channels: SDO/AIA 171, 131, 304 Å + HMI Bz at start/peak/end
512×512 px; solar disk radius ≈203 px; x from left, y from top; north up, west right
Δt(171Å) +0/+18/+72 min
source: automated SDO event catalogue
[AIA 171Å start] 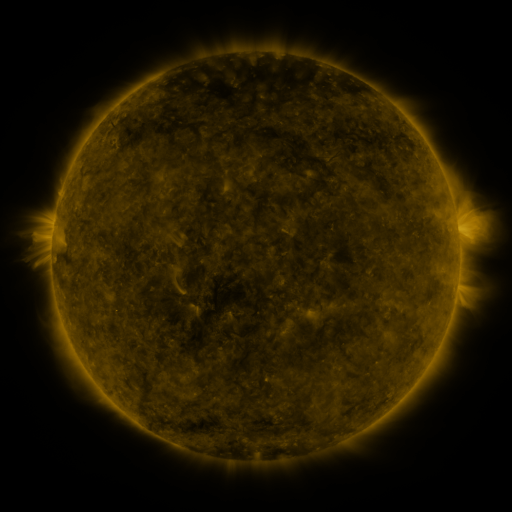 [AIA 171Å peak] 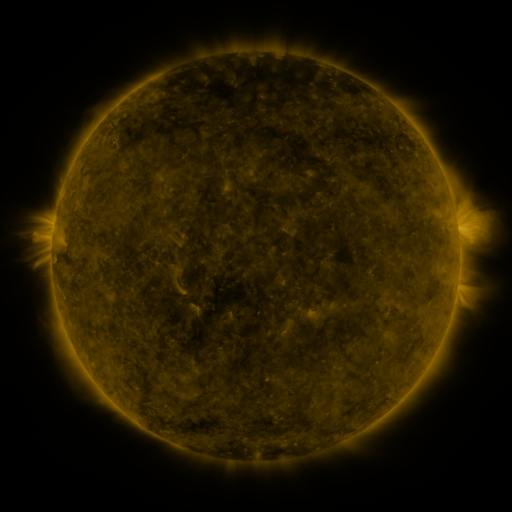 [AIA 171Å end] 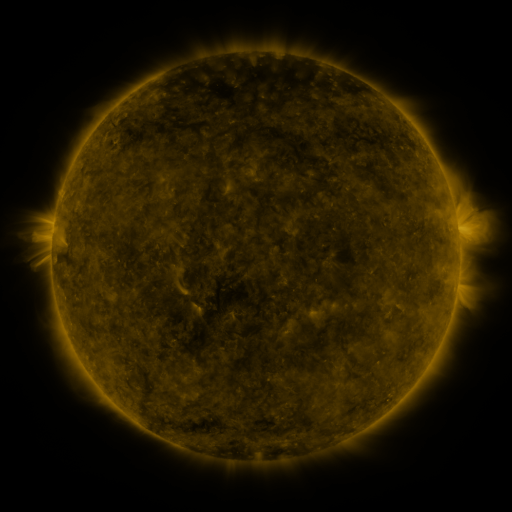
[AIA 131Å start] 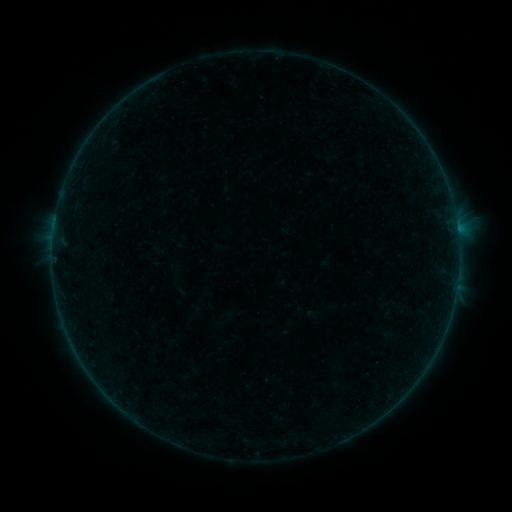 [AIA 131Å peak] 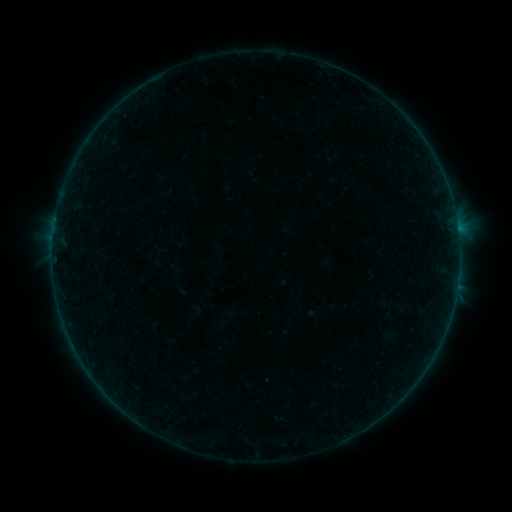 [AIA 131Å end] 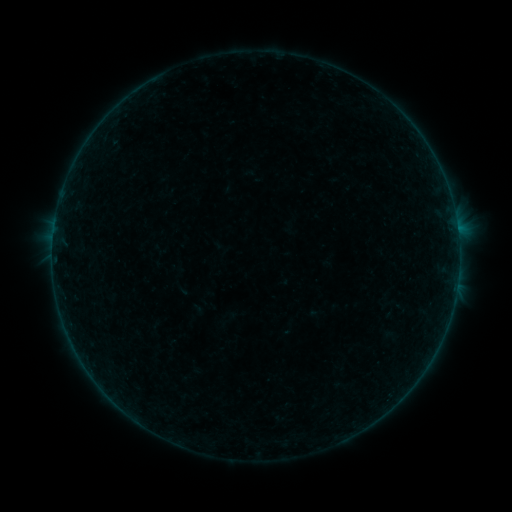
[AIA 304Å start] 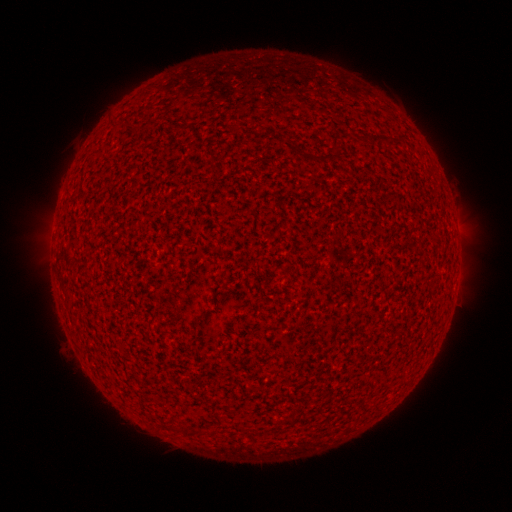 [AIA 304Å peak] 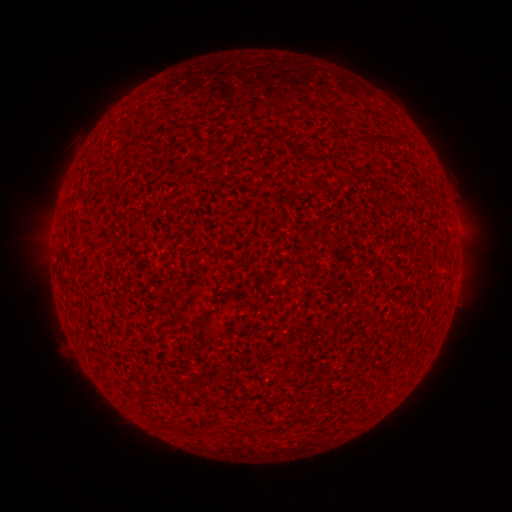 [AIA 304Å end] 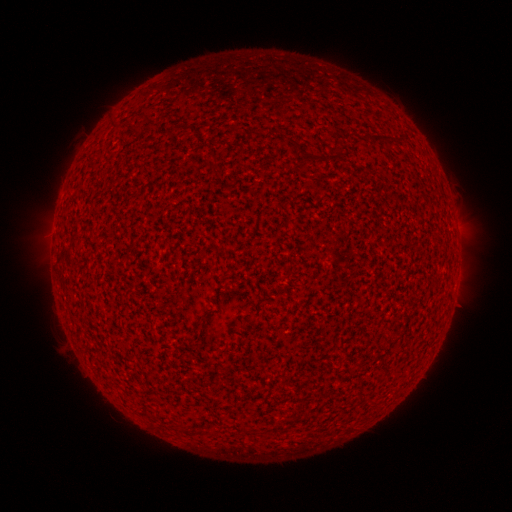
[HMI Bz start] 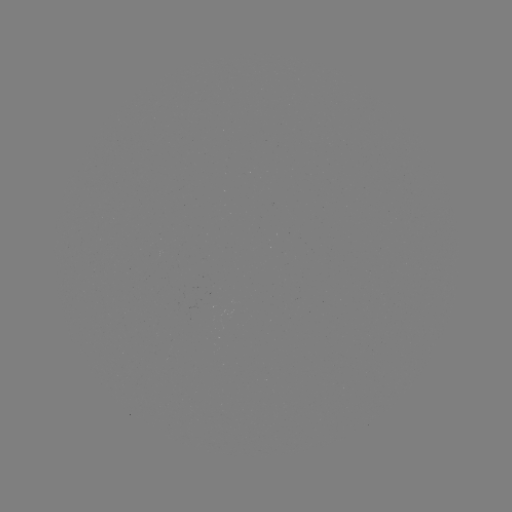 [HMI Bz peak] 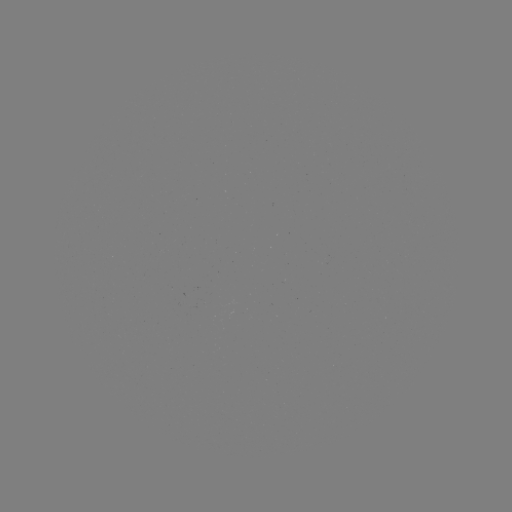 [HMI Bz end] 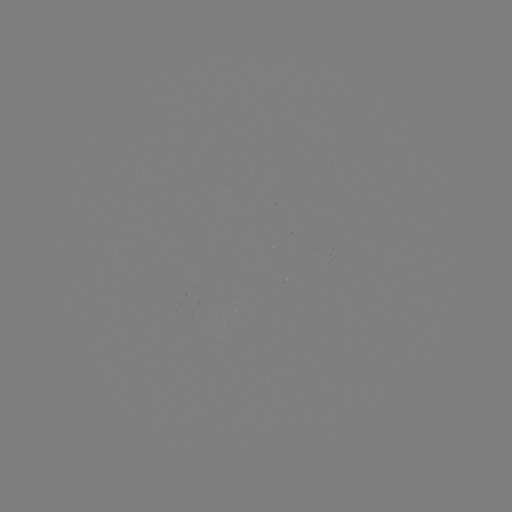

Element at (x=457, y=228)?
A5.8 flare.